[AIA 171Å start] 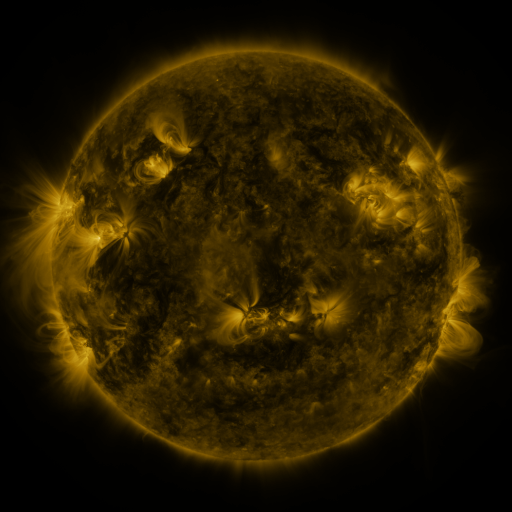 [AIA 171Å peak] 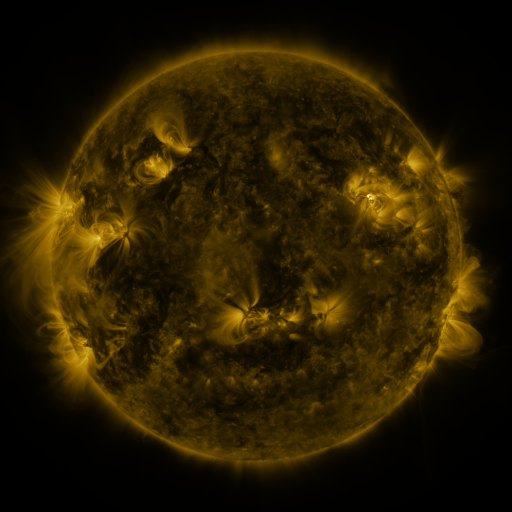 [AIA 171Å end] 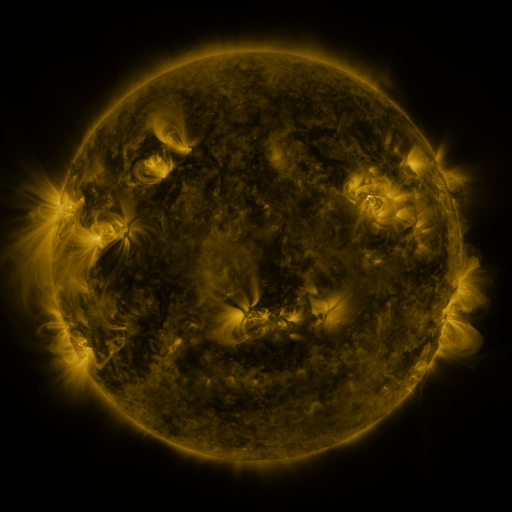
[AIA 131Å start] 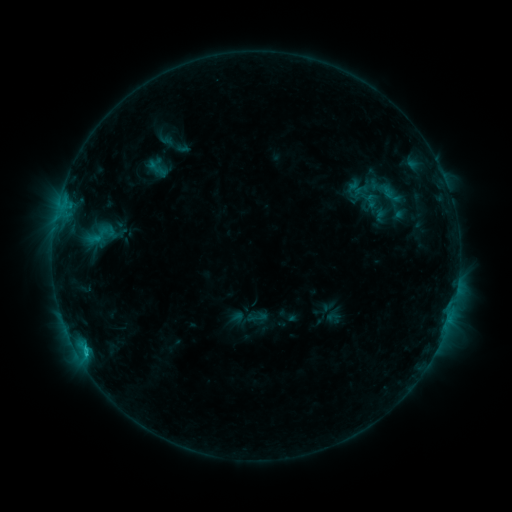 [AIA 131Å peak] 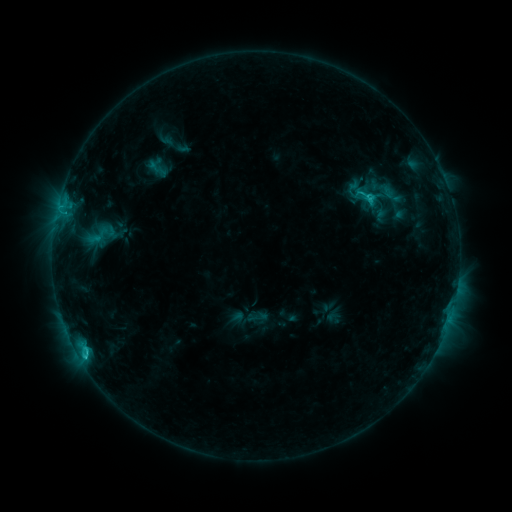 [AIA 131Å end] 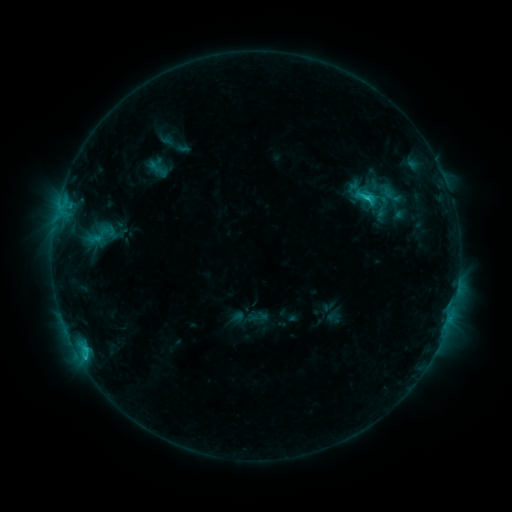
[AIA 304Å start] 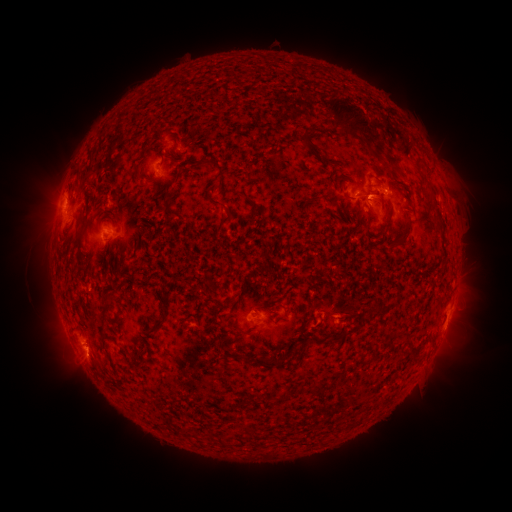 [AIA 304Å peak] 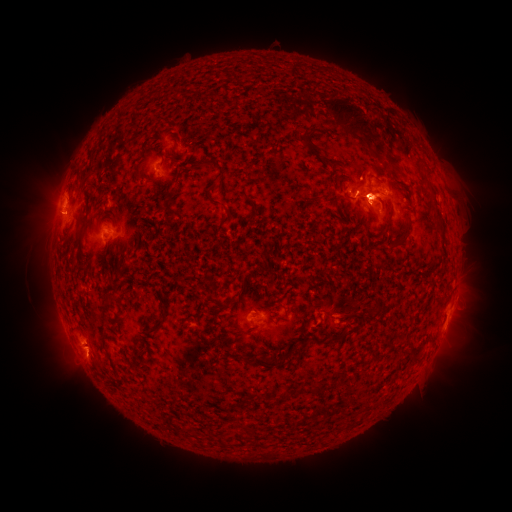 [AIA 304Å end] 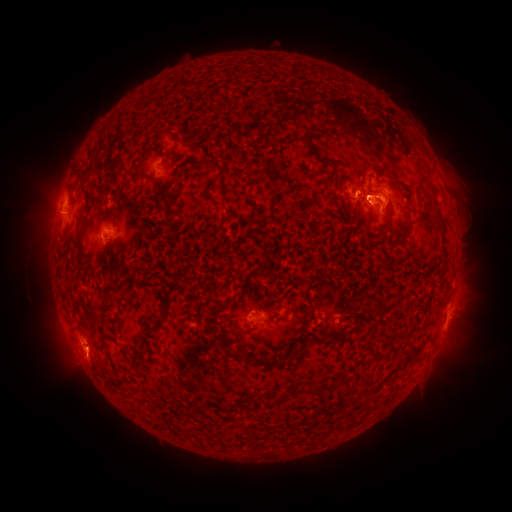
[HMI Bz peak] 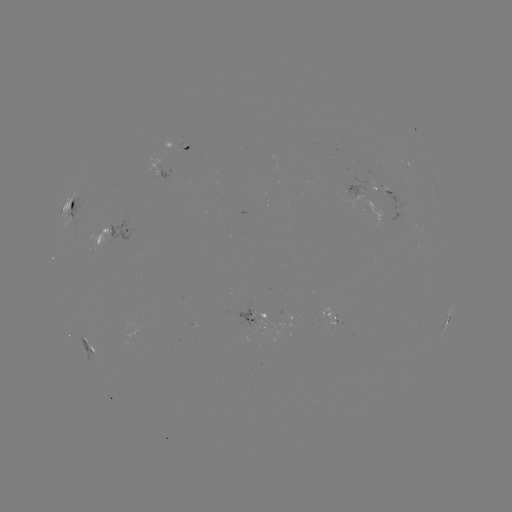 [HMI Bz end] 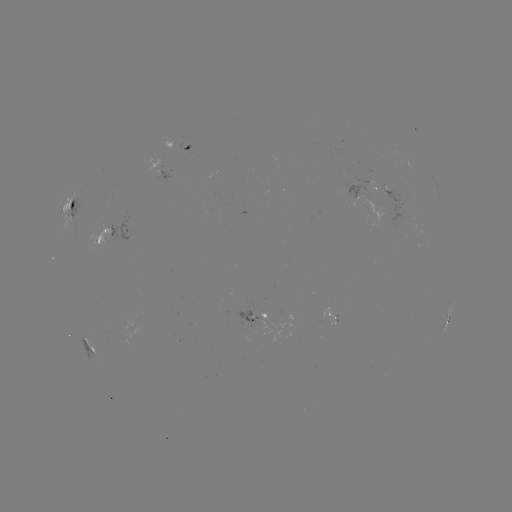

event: eruption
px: (49, 214)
